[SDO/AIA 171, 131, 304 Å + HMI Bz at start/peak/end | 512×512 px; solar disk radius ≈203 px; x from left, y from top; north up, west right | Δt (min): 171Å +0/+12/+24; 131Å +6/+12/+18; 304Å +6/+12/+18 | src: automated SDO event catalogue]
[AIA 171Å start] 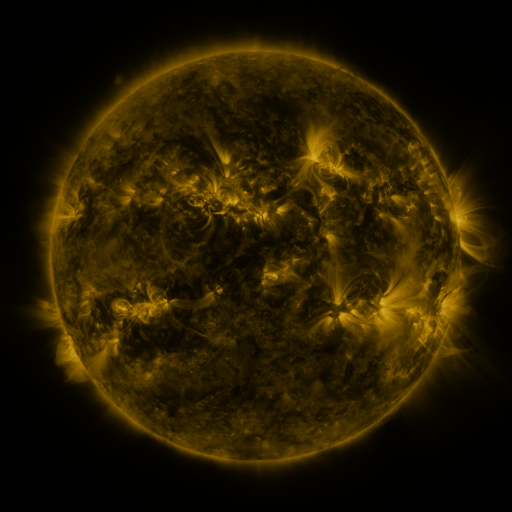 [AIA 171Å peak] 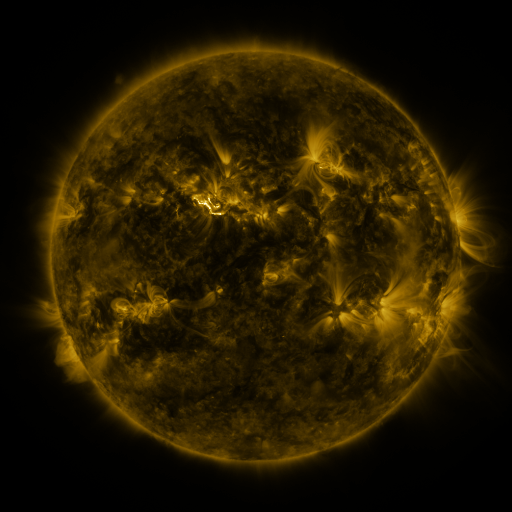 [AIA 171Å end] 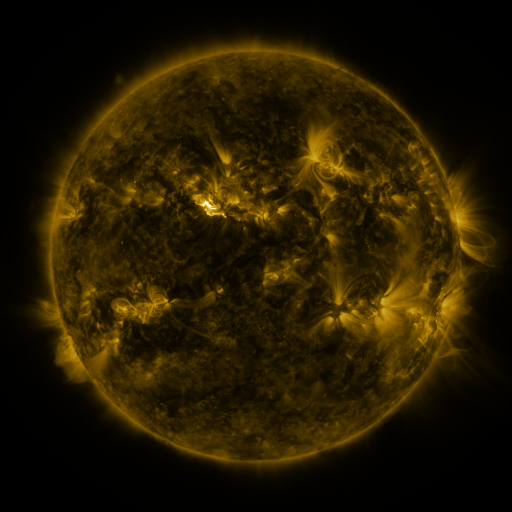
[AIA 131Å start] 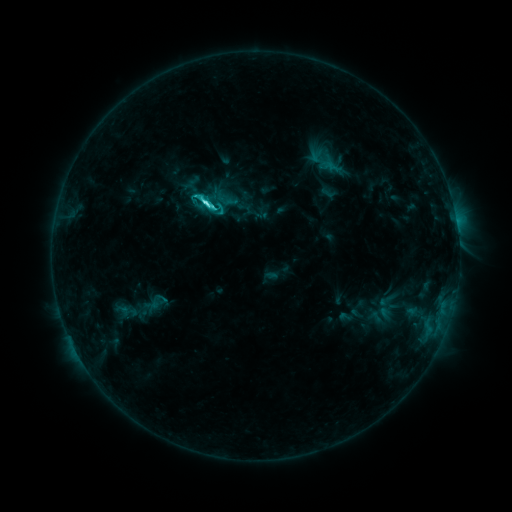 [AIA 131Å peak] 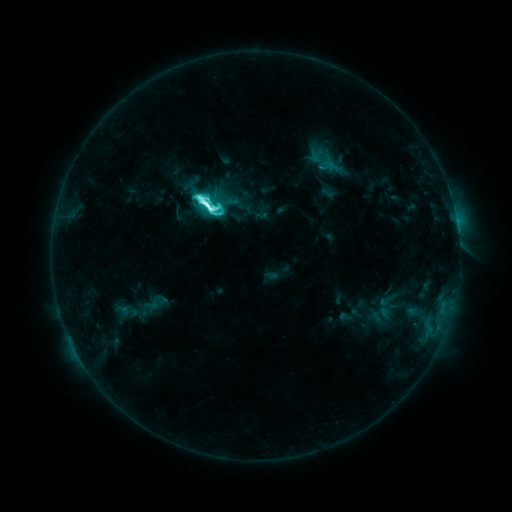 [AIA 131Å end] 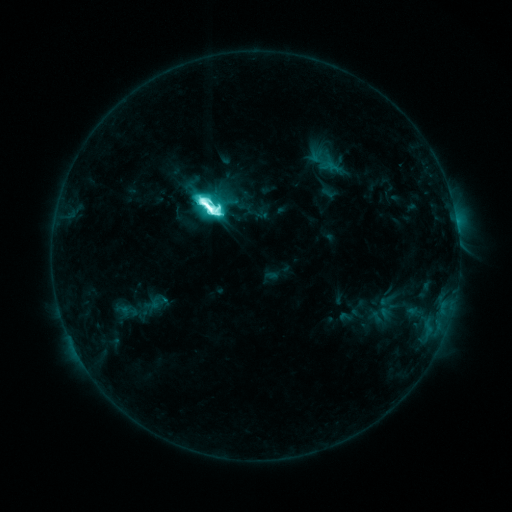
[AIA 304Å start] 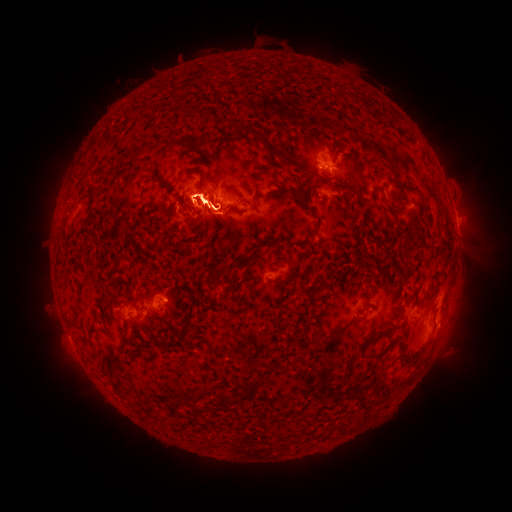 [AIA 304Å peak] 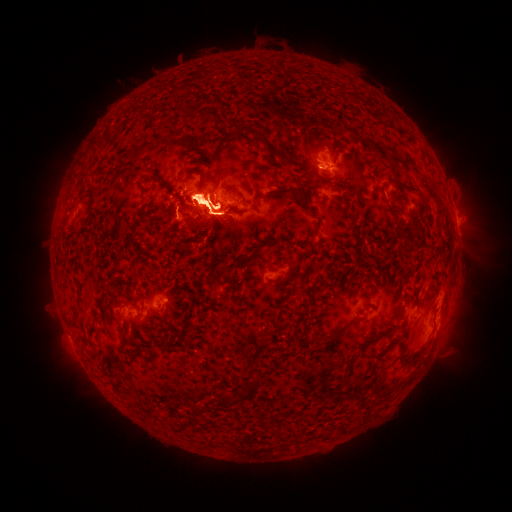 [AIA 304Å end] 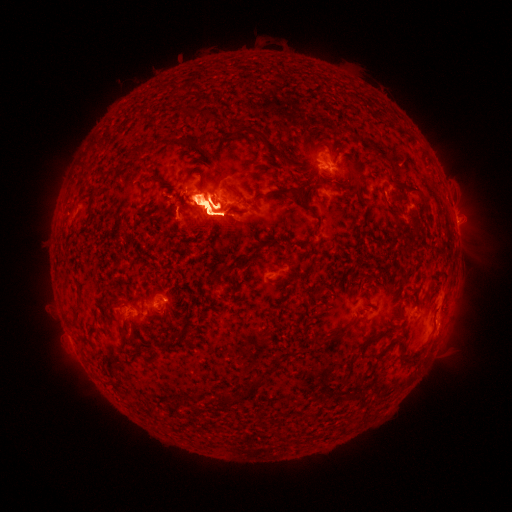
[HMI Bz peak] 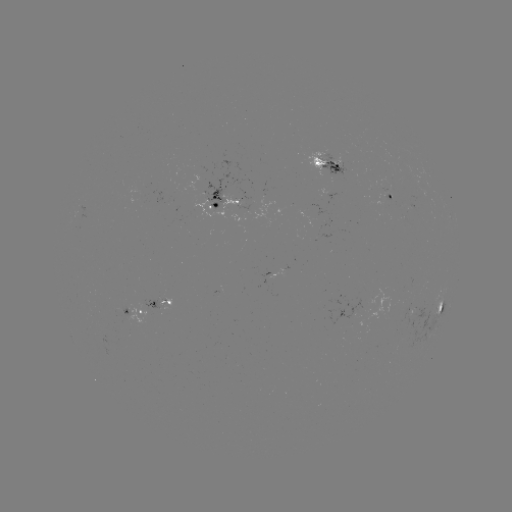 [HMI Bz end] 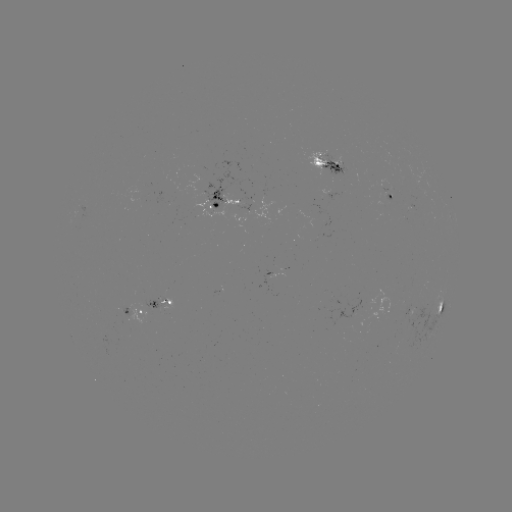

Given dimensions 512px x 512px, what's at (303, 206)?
eruption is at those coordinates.